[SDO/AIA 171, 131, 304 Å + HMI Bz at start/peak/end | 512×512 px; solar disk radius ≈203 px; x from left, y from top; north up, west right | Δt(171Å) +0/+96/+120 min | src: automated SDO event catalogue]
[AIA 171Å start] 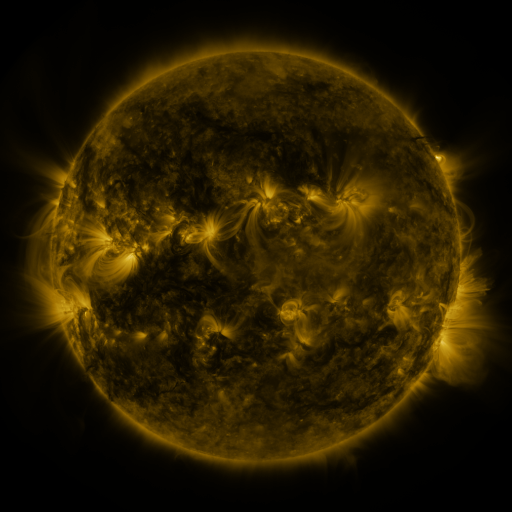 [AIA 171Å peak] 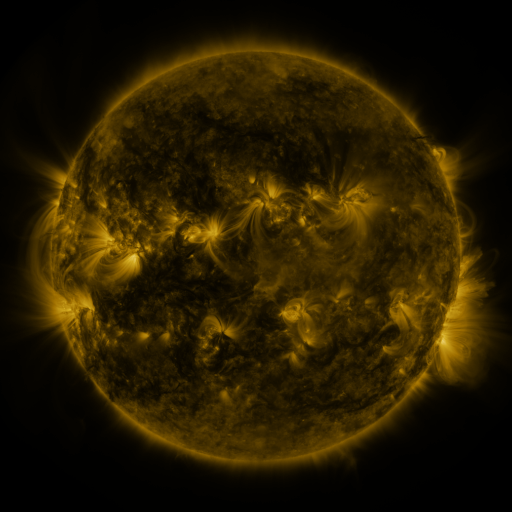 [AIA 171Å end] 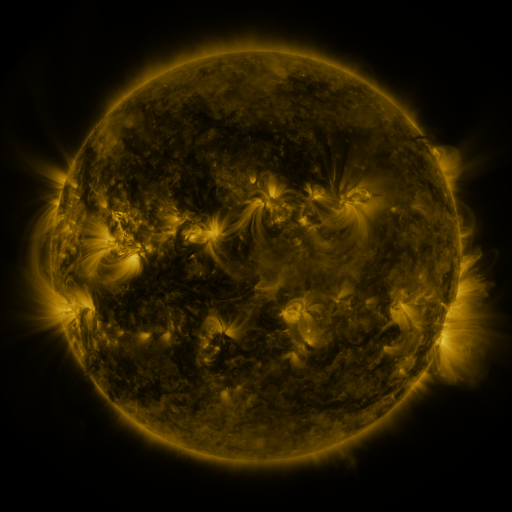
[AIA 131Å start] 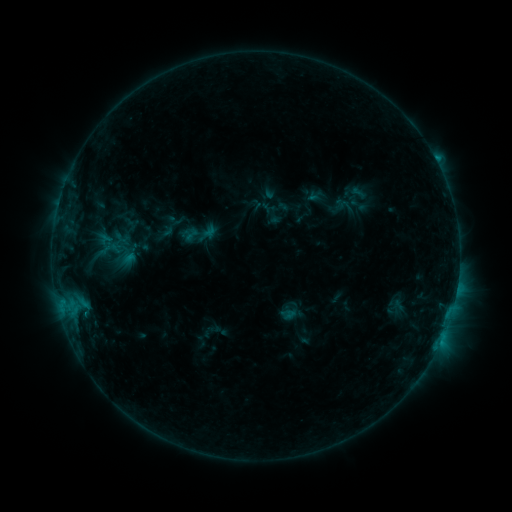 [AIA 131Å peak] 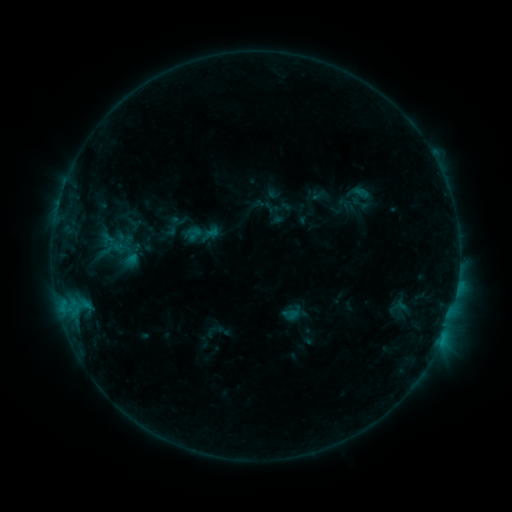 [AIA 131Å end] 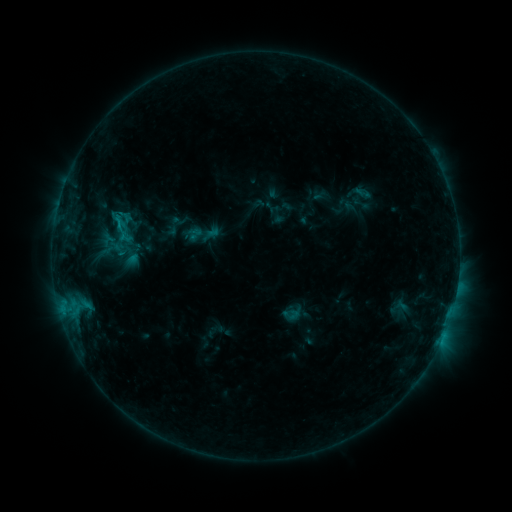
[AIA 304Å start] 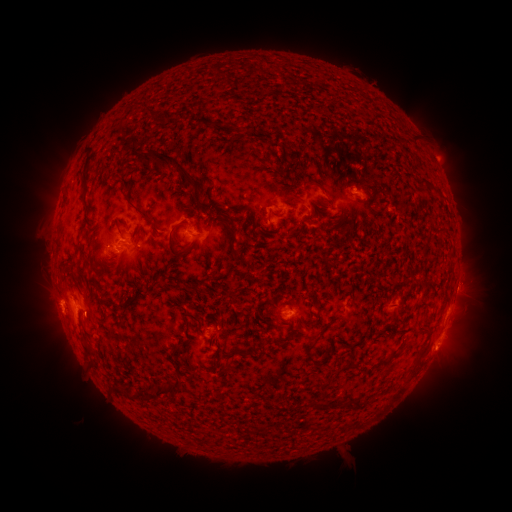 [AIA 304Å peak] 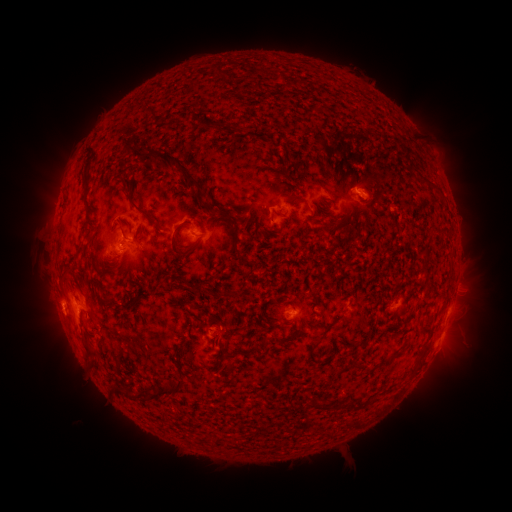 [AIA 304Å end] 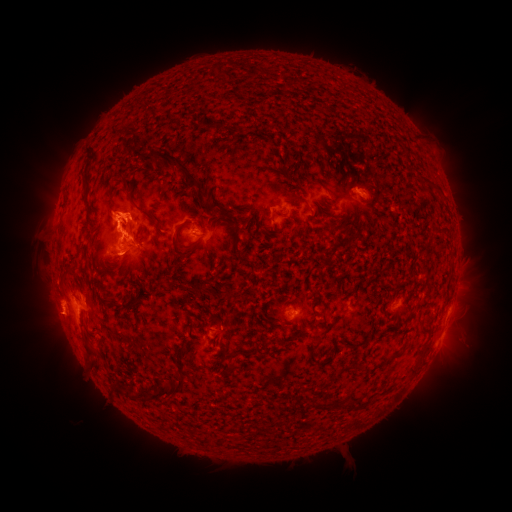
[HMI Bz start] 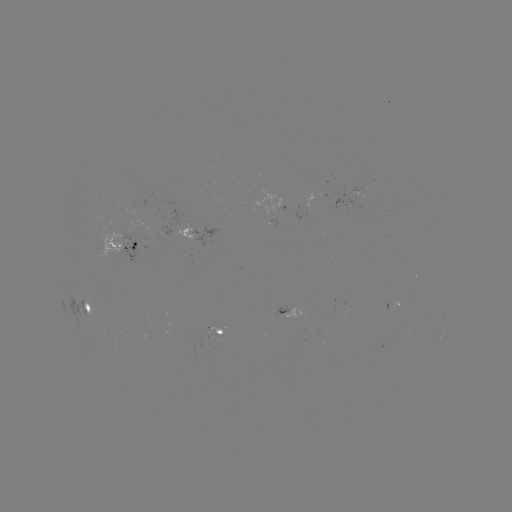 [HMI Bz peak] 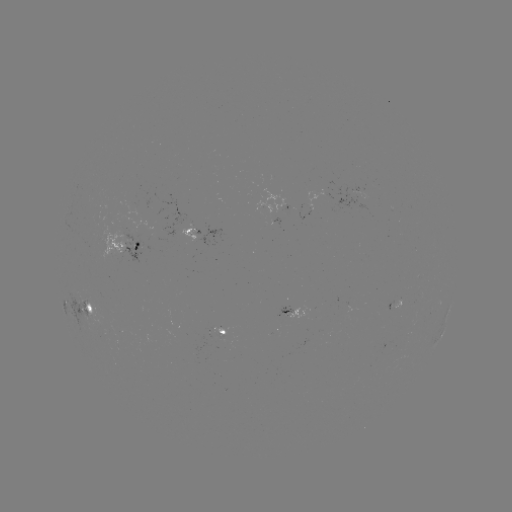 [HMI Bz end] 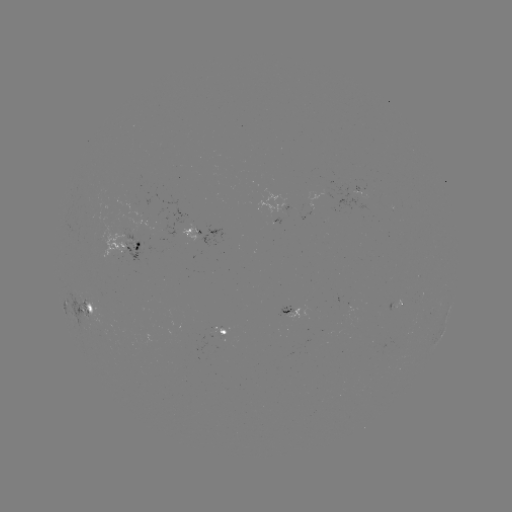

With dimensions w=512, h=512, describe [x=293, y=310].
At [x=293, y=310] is emerging-flux region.